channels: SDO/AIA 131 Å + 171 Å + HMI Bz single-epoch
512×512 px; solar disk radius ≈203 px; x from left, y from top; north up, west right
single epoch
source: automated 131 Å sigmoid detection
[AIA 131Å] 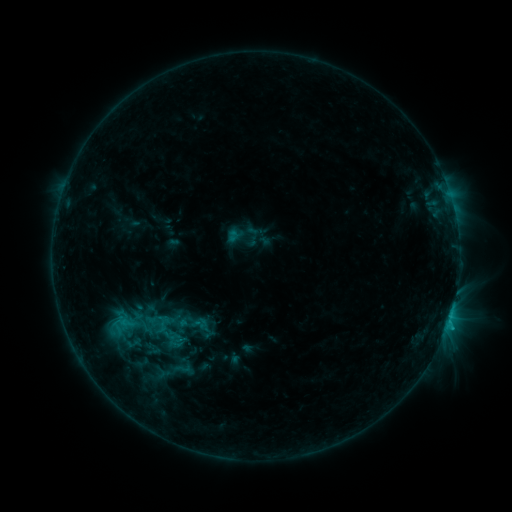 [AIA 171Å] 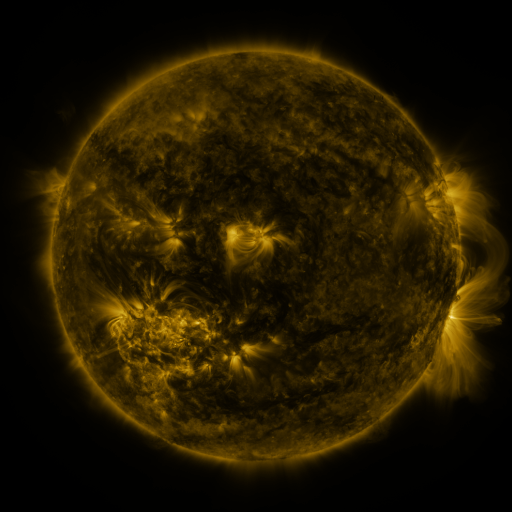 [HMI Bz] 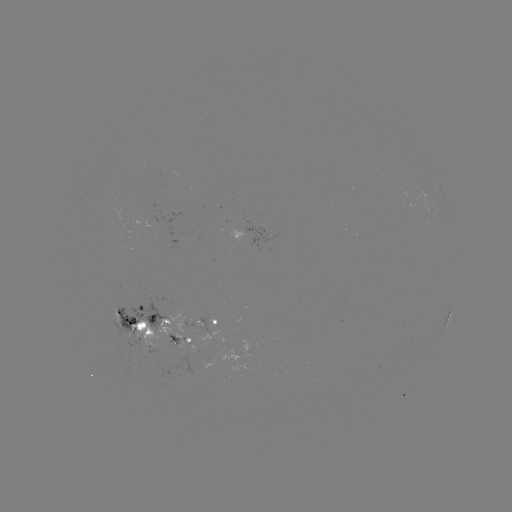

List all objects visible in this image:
sigmoid: <bbox>113, 306, 155, 339</bbox>
sigmoid: <bbox>168, 358, 197, 378</bbox>
